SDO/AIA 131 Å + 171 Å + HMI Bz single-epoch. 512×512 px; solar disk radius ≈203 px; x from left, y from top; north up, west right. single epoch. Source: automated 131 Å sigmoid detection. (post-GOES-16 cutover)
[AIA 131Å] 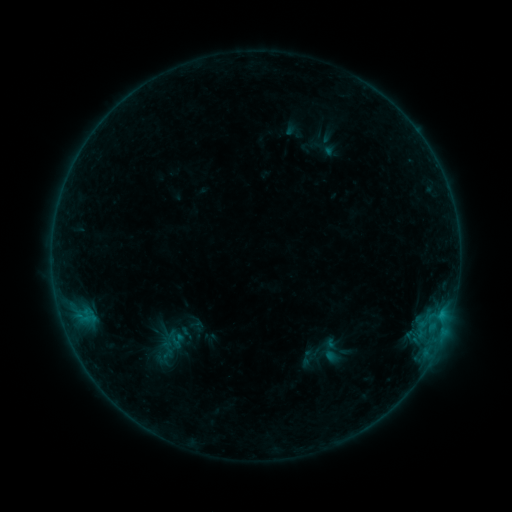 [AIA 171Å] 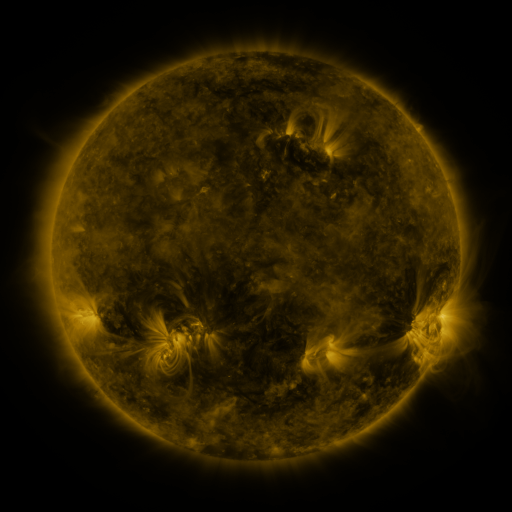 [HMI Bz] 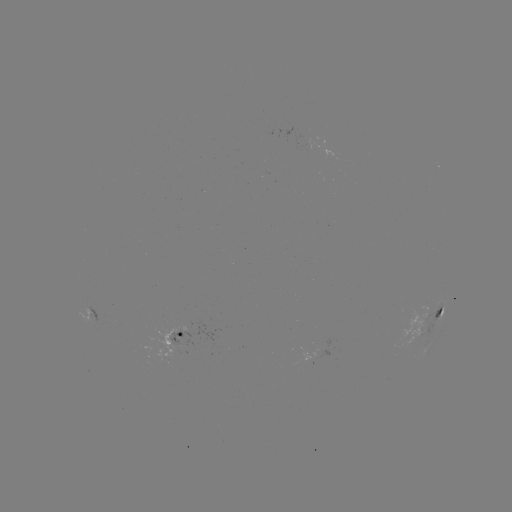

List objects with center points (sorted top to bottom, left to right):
sigmoid: (169, 338)
